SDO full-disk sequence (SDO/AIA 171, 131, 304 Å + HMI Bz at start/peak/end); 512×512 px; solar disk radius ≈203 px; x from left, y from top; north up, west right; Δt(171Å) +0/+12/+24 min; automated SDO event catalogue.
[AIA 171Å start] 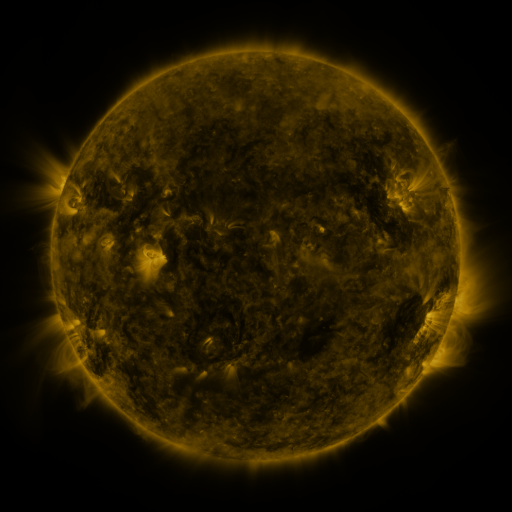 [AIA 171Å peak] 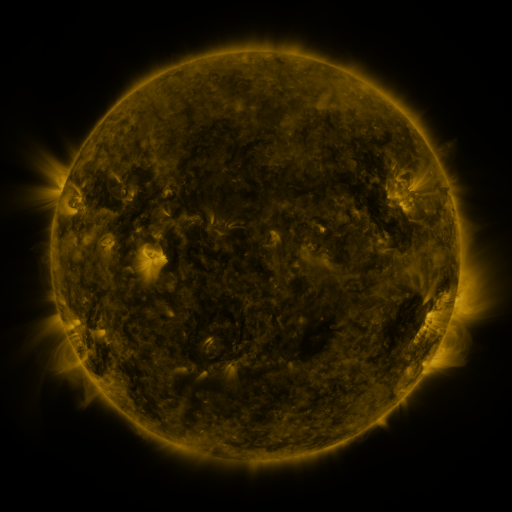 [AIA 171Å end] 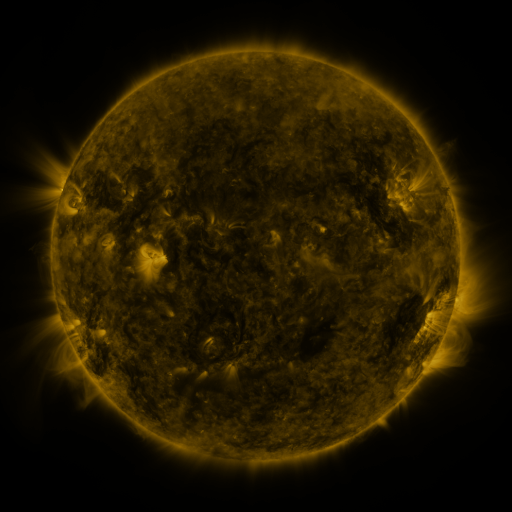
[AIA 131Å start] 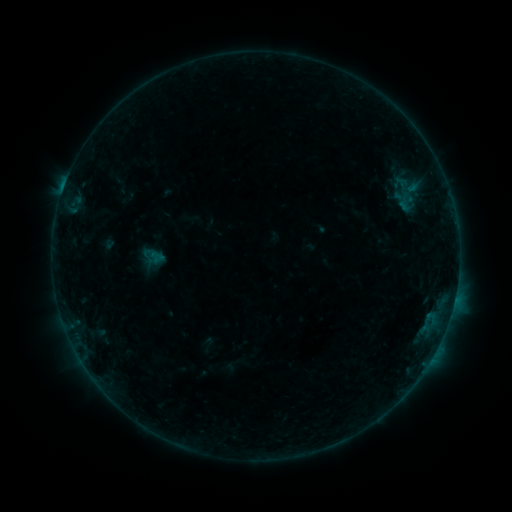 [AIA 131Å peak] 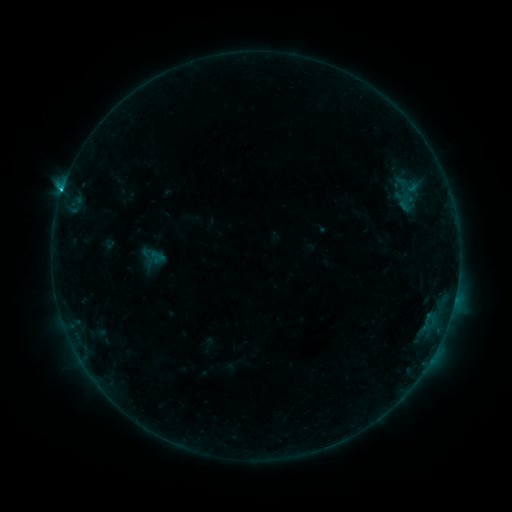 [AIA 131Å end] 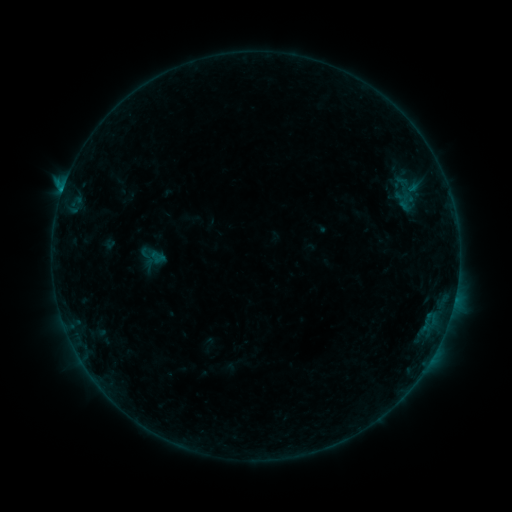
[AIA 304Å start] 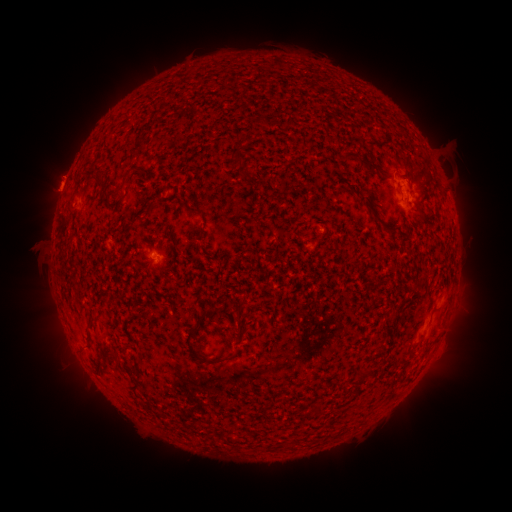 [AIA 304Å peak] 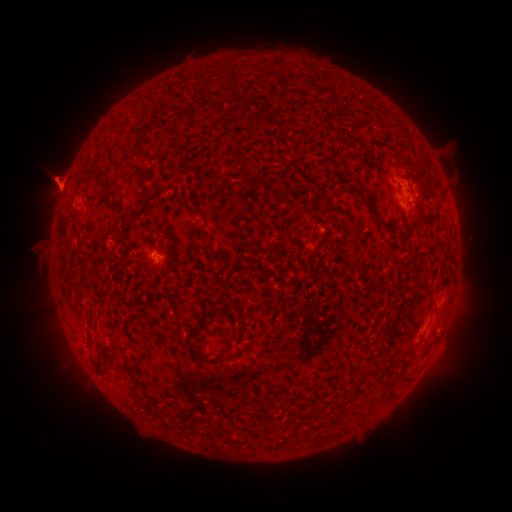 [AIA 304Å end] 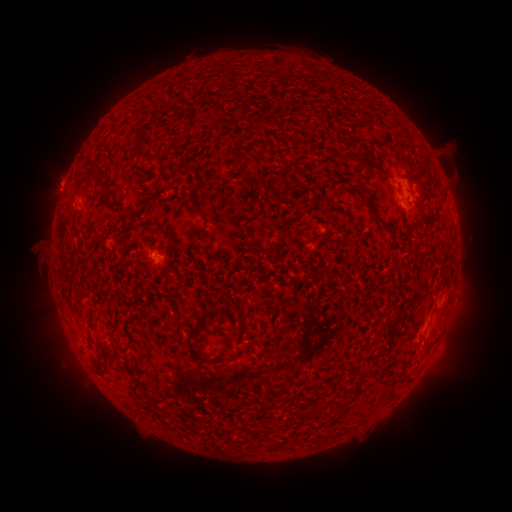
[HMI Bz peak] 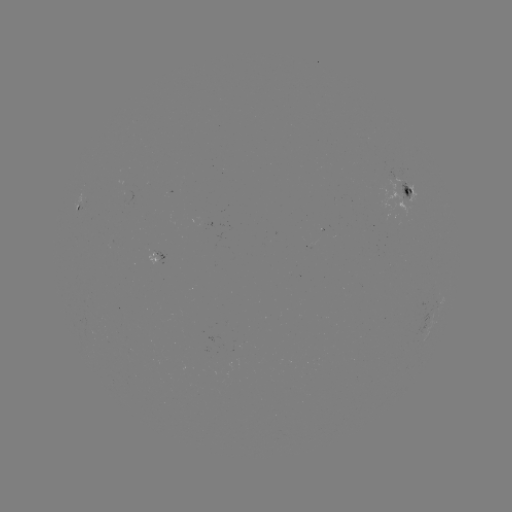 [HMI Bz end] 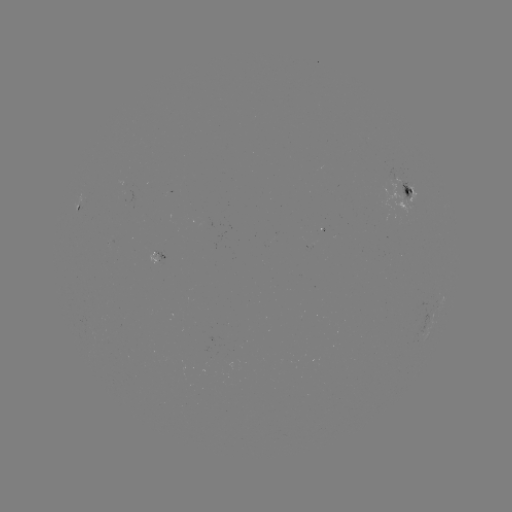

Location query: B7.8 flare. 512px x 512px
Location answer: [62, 194].